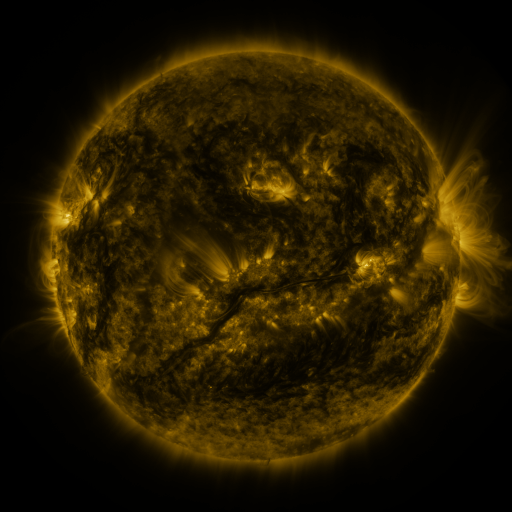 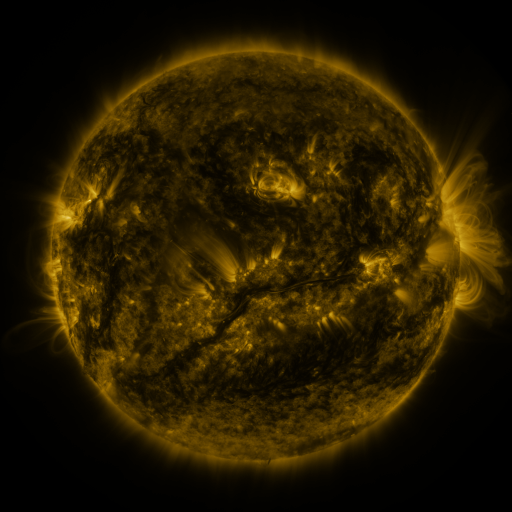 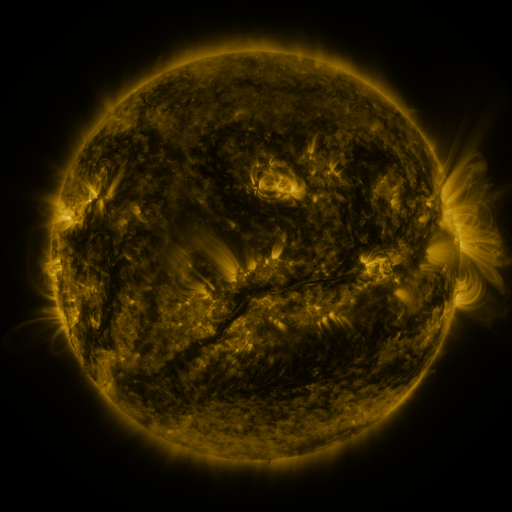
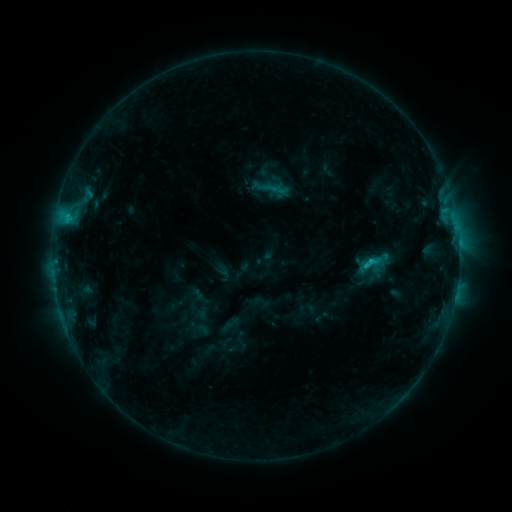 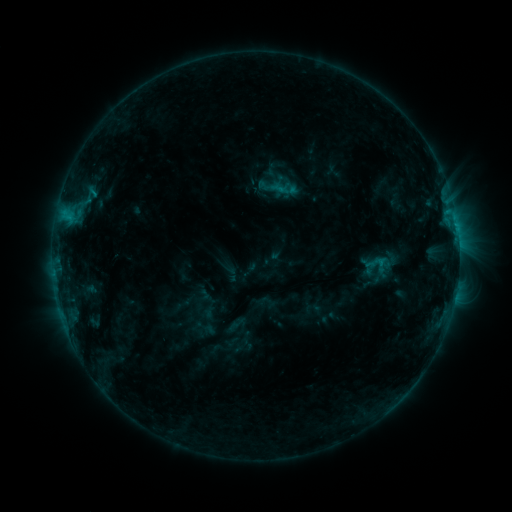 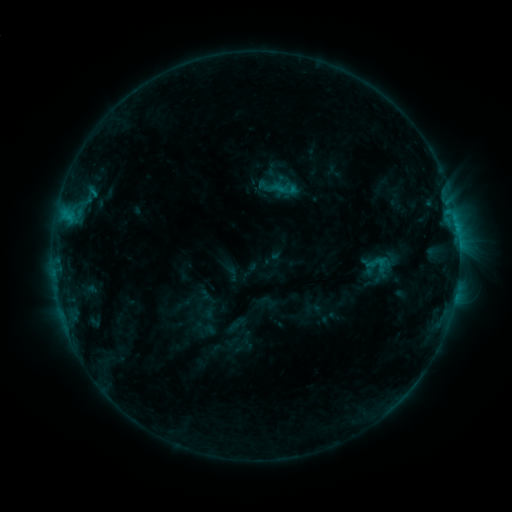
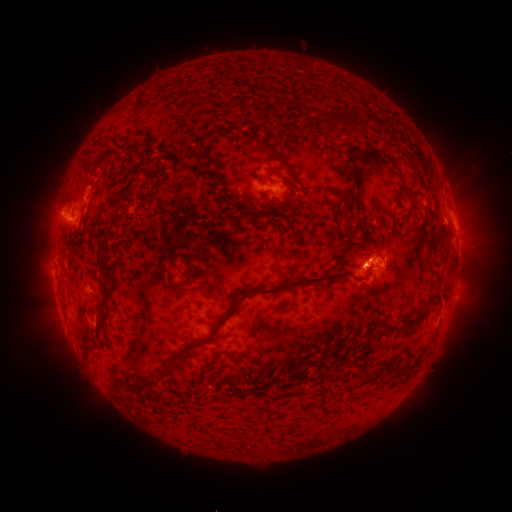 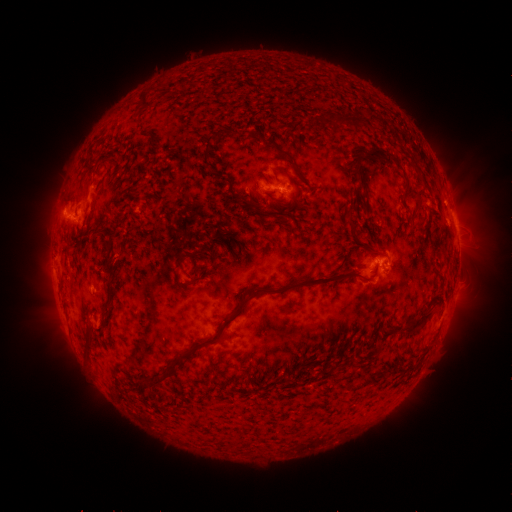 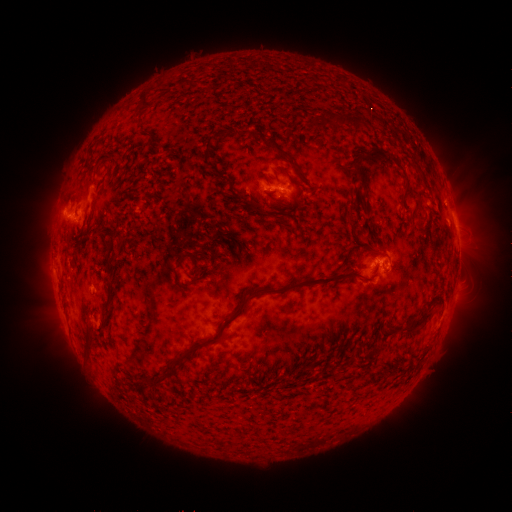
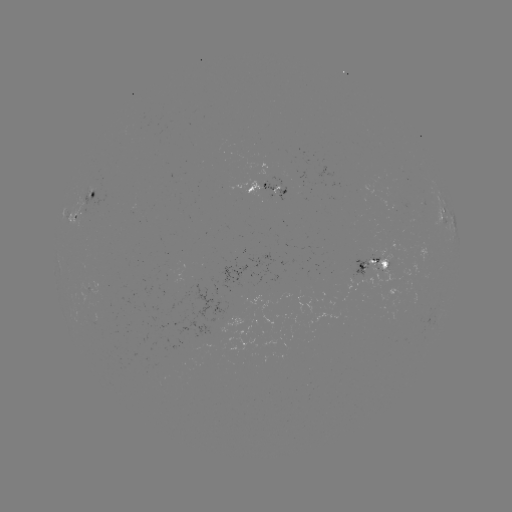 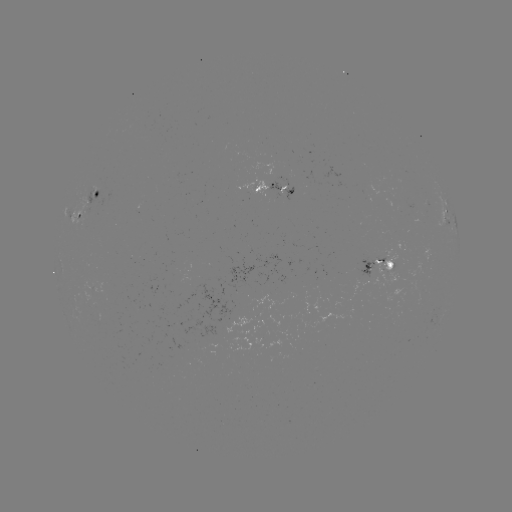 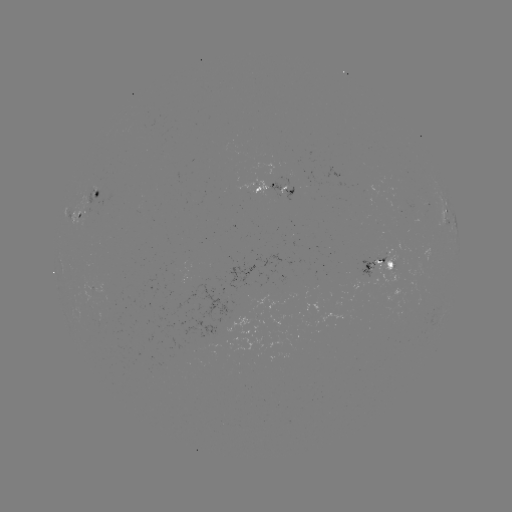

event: emerging-flux region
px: (287, 195)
